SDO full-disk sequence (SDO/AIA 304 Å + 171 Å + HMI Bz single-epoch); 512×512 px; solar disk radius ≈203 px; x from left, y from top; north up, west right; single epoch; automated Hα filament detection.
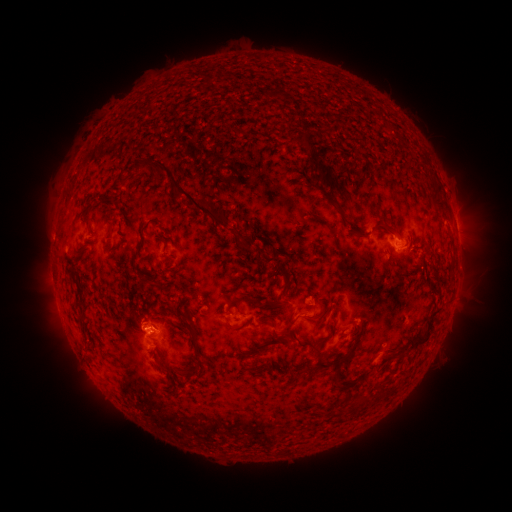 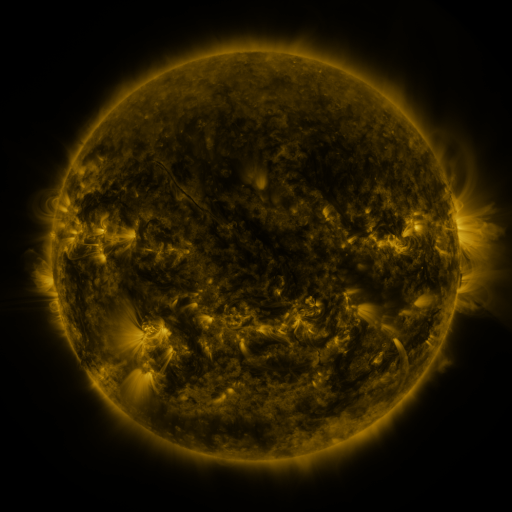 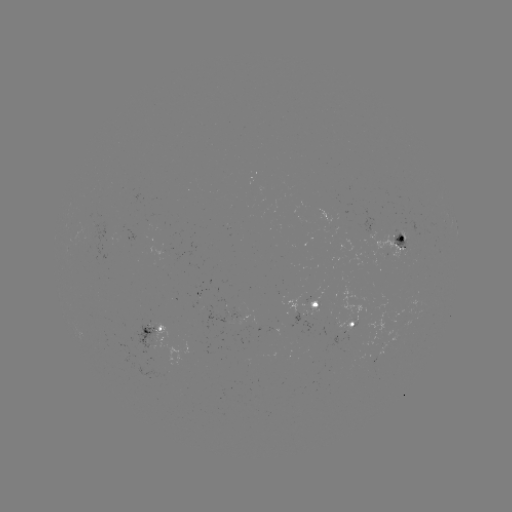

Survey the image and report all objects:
filament: (303, 141)
filament: (141, 166)
filament: (119, 181)
filament: (322, 184)
filament: (328, 185)
filament: (186, 196)
filament: (106, 222)
filament: (87, 223)
filament: (387, 226)
filament: (359, 230)
filament: (252, 243)
filament: (266, 258)
filament: (286, 281)
filament: (150, 283)
filament: (81, 299)
filament: (253, 300)
filament: (274, 313)
filament: (312, 318)
filament: (232, 327)
filament: (430, 327)
filament: (288, 328)
filament: (194, 331)
filament: (269, 343)
filament: (301, 343)
filament: (351, 350)
filament: (248, 355)
filament: (160, 362)
filament: (321, 363)
filament: (252, 371)
filament: (184, 374)
filament: (335, 378)
